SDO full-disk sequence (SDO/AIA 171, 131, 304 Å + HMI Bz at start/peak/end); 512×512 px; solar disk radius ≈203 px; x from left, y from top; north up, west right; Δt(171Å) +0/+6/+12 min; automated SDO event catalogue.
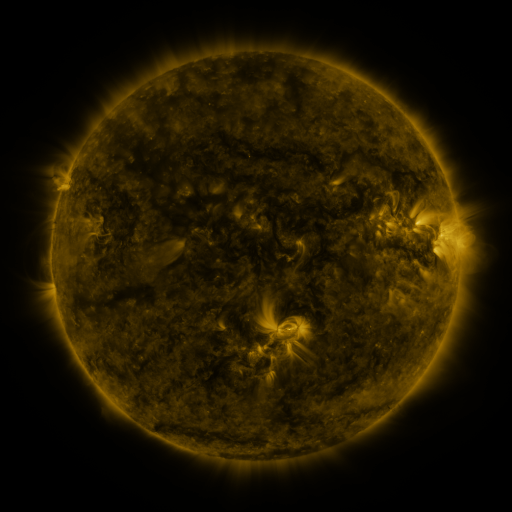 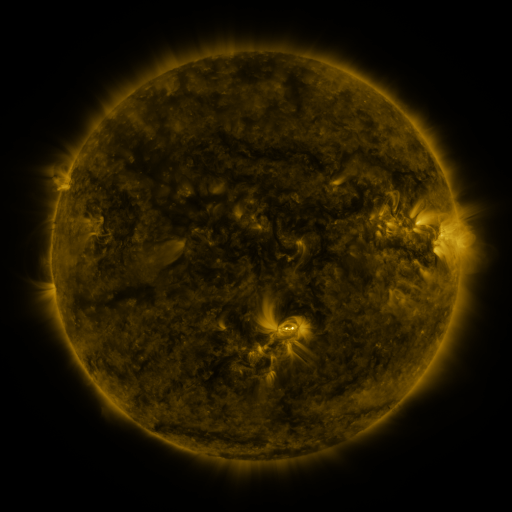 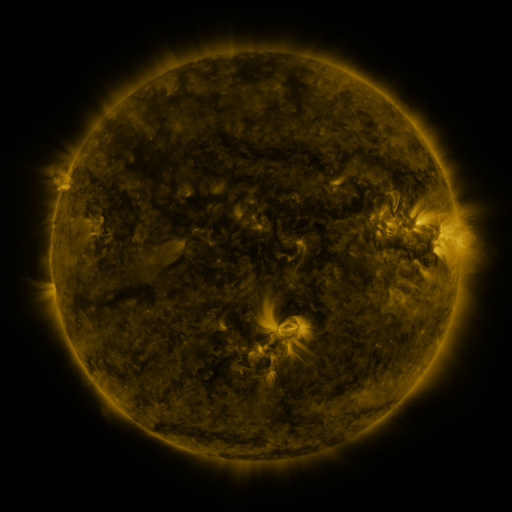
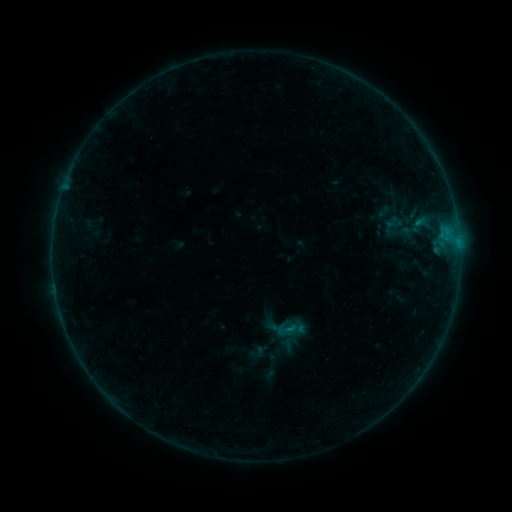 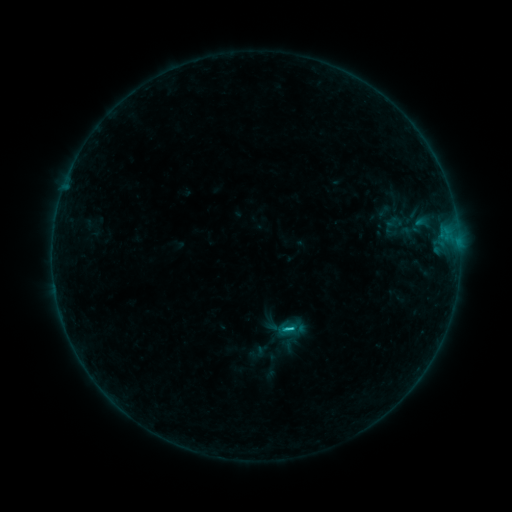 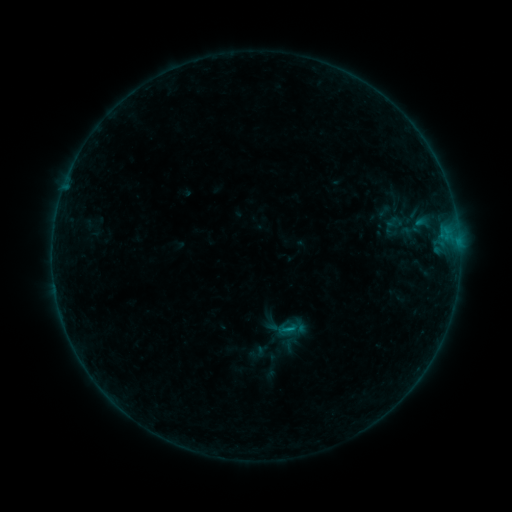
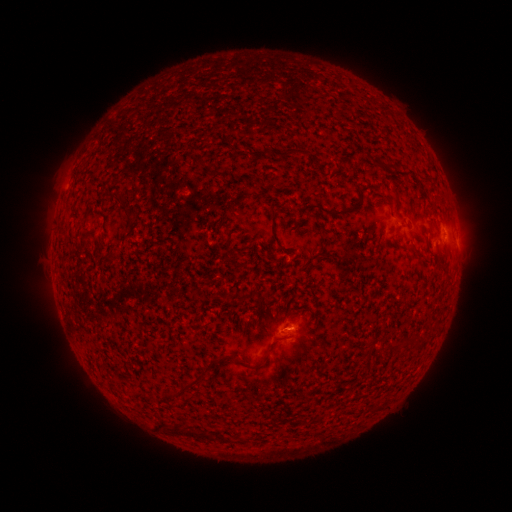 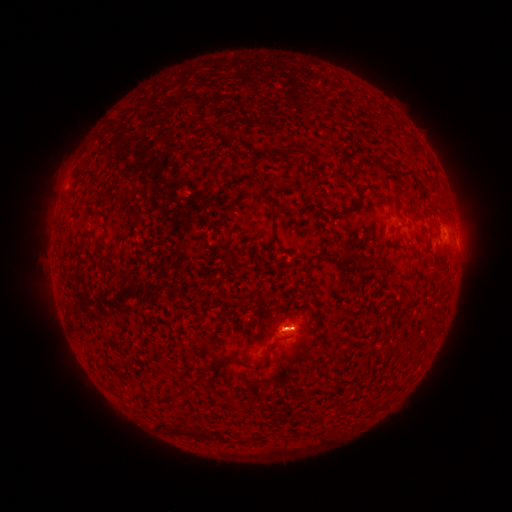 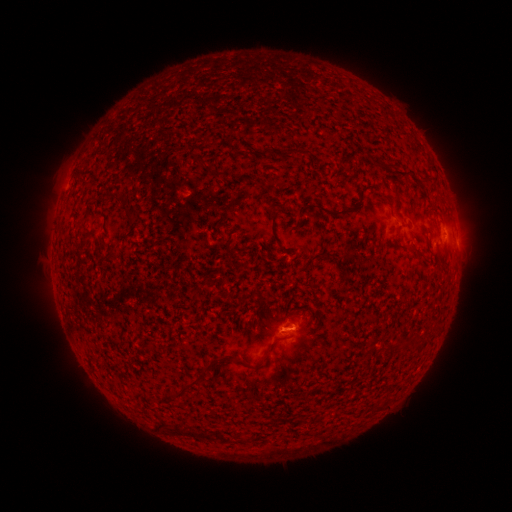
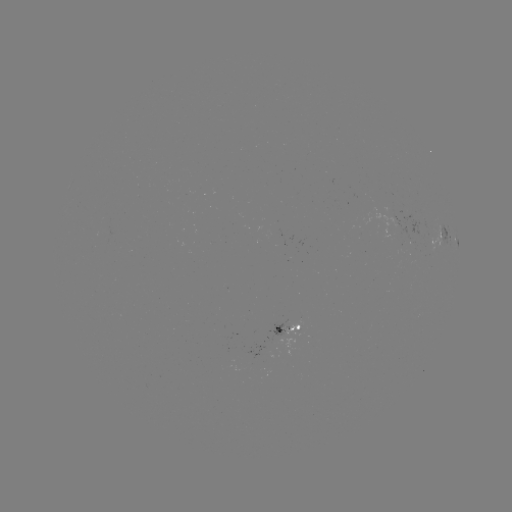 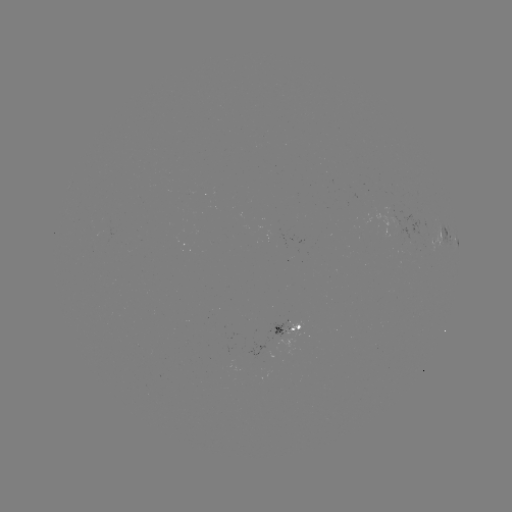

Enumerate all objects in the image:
B6.9 flare: (290, 328)
